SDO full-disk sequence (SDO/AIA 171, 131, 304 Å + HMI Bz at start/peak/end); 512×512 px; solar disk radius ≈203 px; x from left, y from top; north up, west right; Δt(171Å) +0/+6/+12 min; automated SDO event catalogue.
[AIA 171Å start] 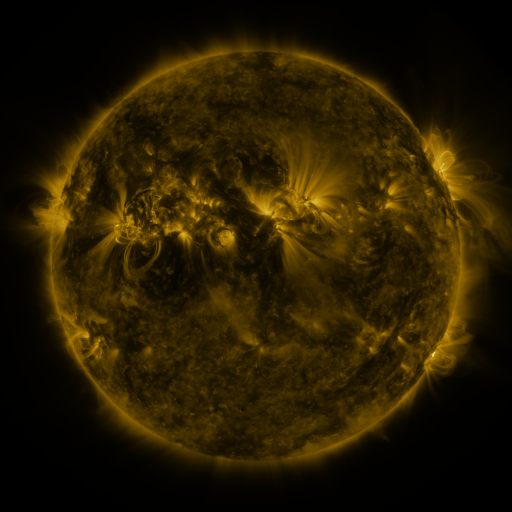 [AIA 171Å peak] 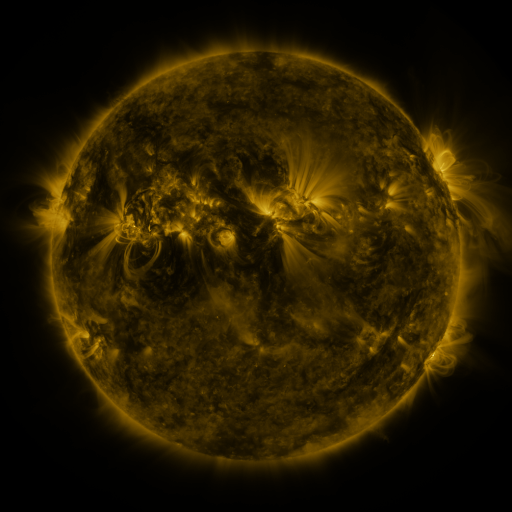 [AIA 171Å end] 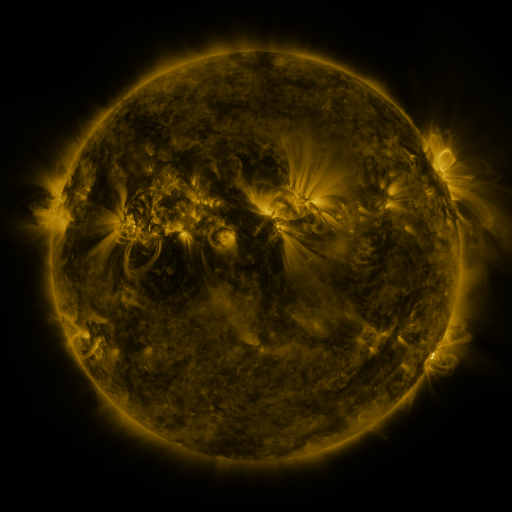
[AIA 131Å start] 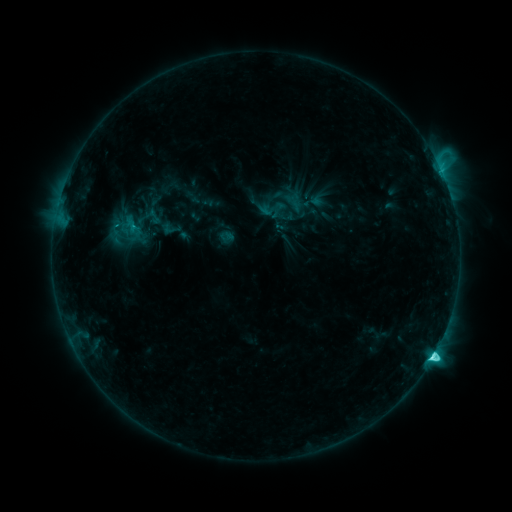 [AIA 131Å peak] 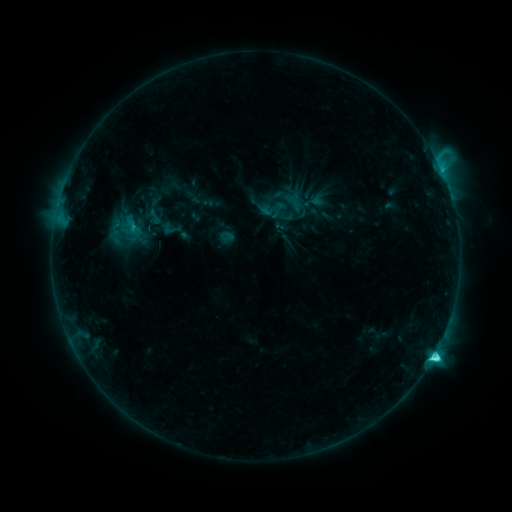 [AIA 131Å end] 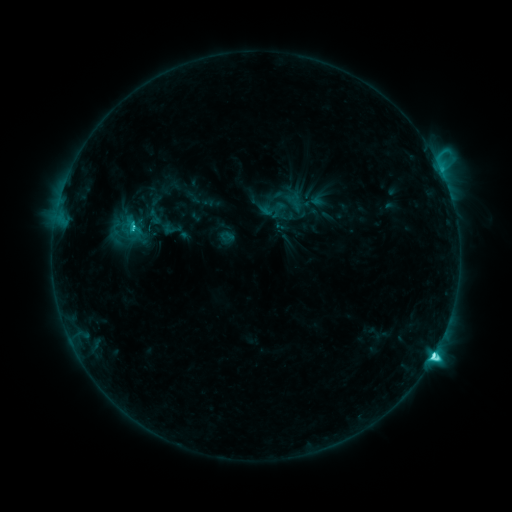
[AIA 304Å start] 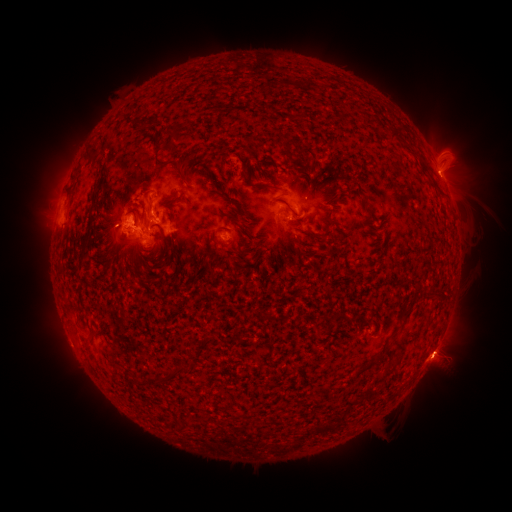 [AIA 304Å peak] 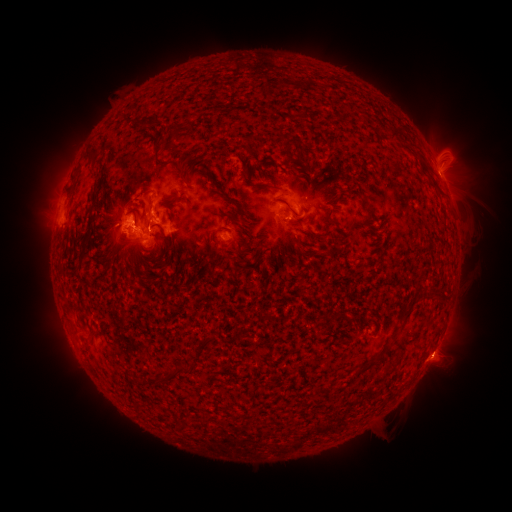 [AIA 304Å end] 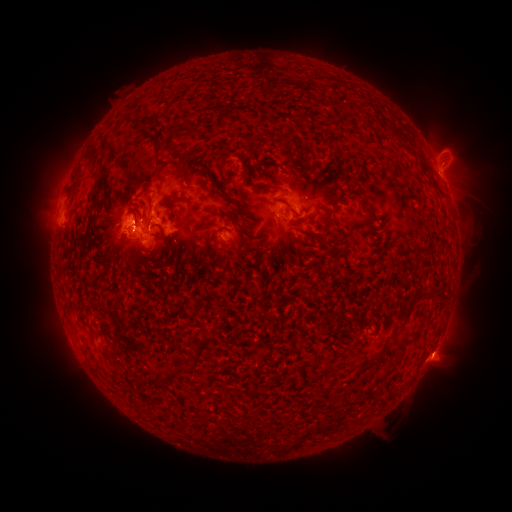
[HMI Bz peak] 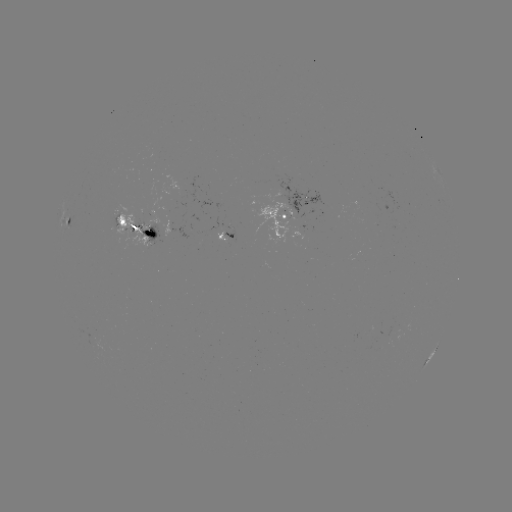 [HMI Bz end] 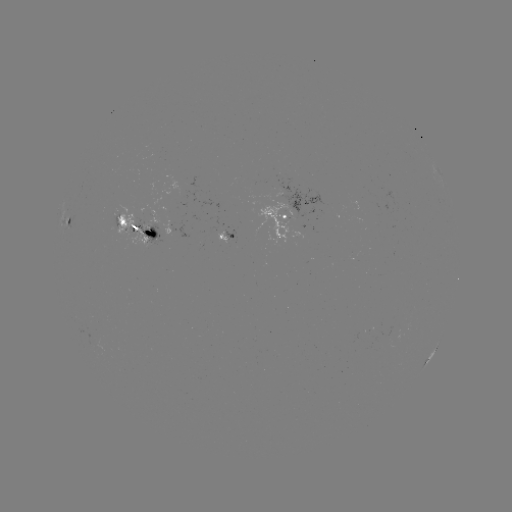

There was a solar flare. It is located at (433, 355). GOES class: C8.6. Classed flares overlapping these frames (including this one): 1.